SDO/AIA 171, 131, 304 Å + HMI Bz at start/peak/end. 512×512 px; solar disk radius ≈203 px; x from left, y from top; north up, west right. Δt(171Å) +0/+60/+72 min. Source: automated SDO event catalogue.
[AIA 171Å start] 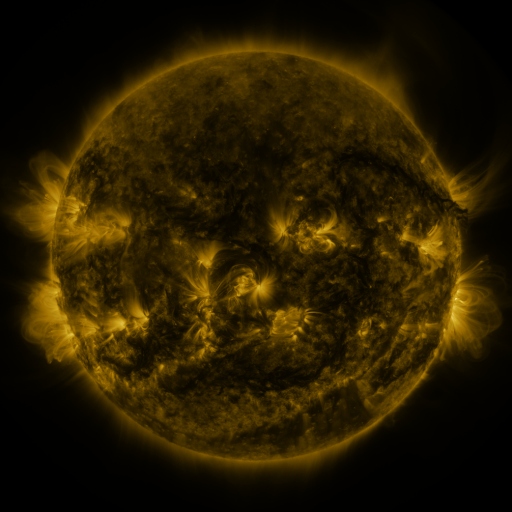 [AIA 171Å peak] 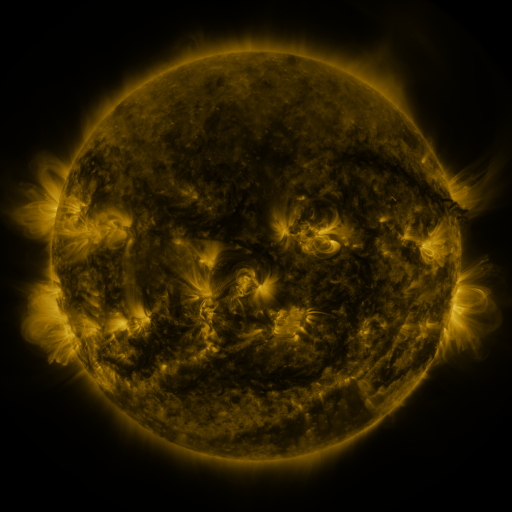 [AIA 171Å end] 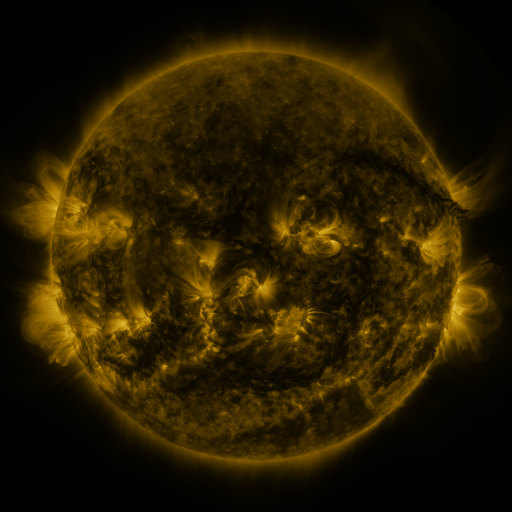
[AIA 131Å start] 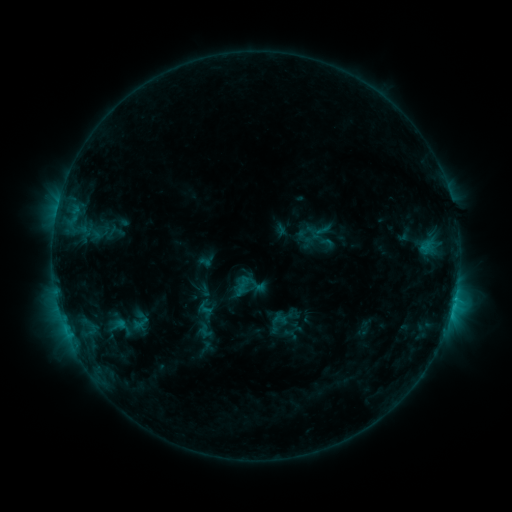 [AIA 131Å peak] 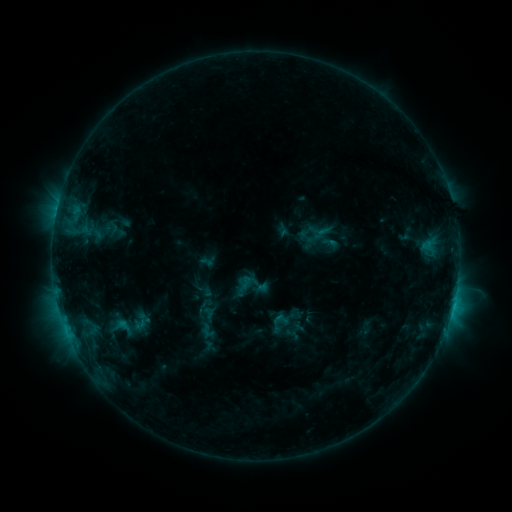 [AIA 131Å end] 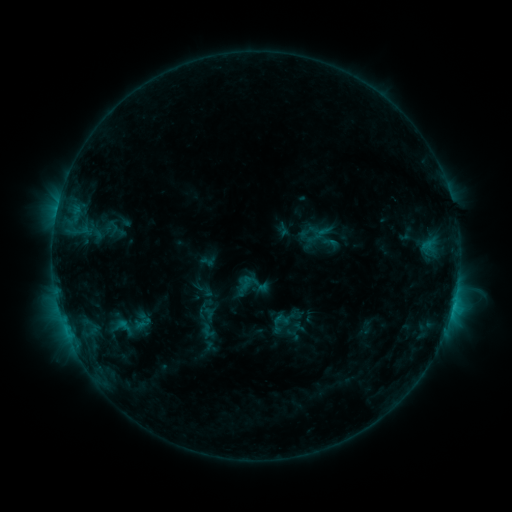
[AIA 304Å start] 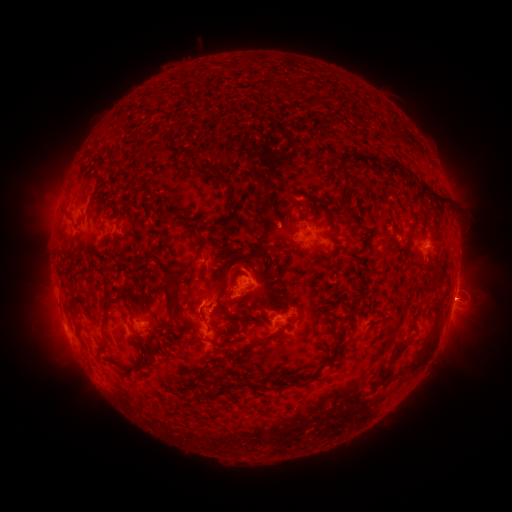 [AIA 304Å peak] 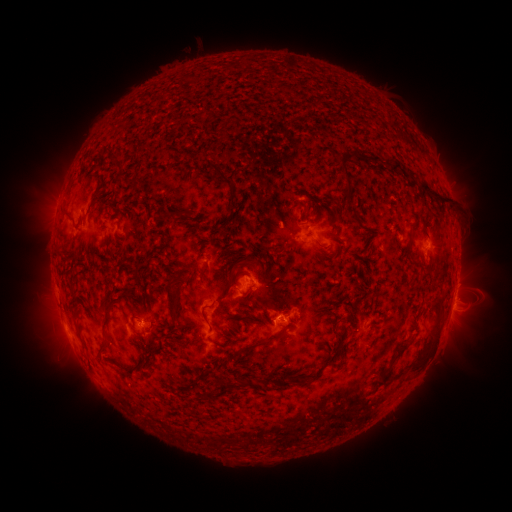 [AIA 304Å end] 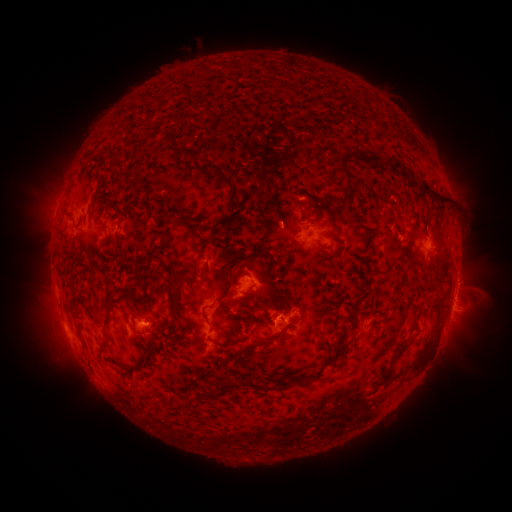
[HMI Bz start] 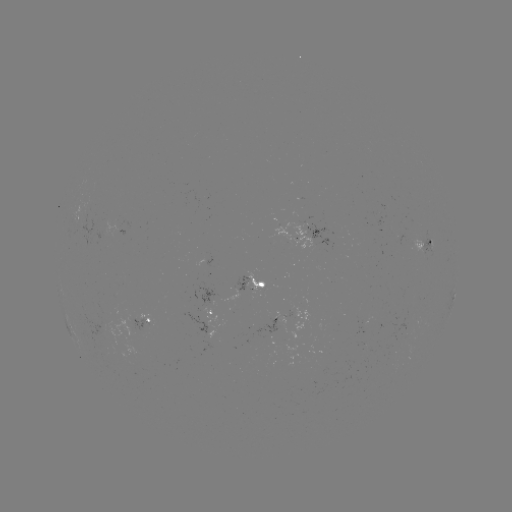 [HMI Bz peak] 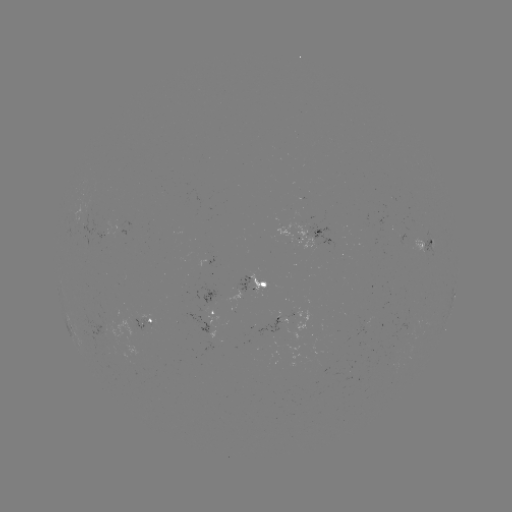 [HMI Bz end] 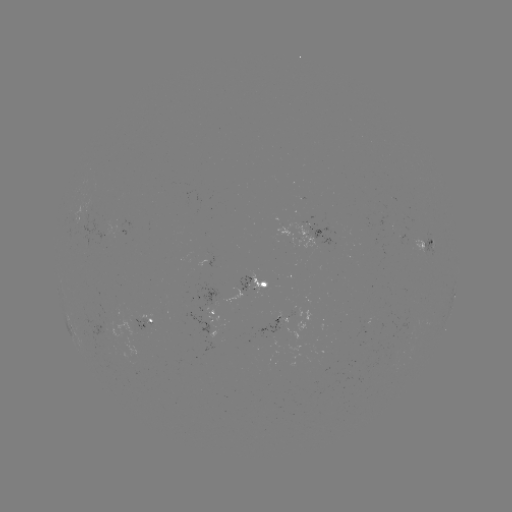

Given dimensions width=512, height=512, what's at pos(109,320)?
emerging-flux region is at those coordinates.